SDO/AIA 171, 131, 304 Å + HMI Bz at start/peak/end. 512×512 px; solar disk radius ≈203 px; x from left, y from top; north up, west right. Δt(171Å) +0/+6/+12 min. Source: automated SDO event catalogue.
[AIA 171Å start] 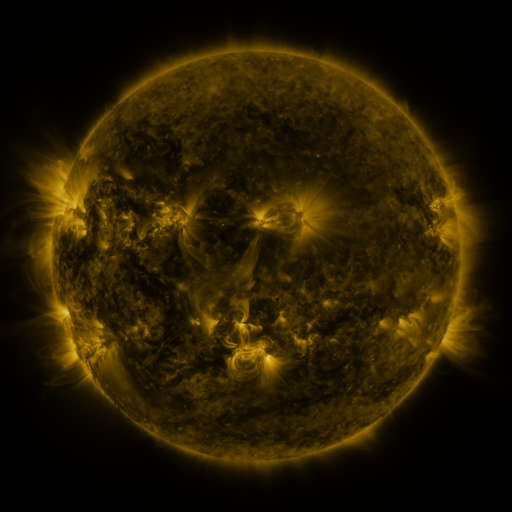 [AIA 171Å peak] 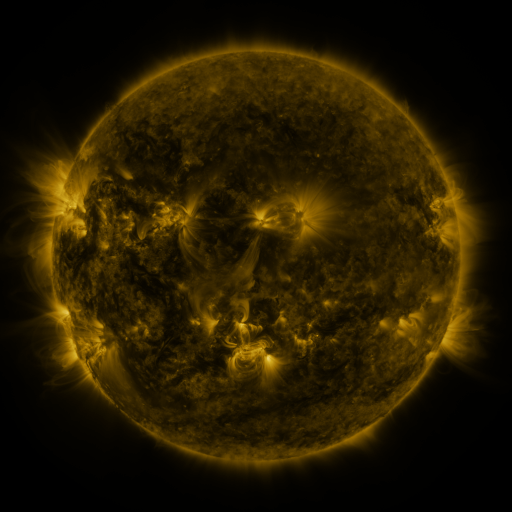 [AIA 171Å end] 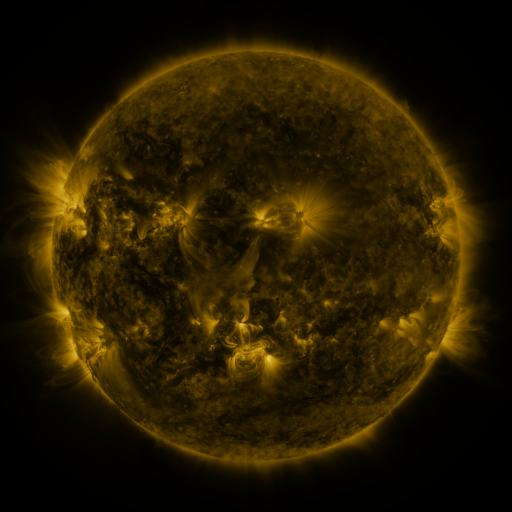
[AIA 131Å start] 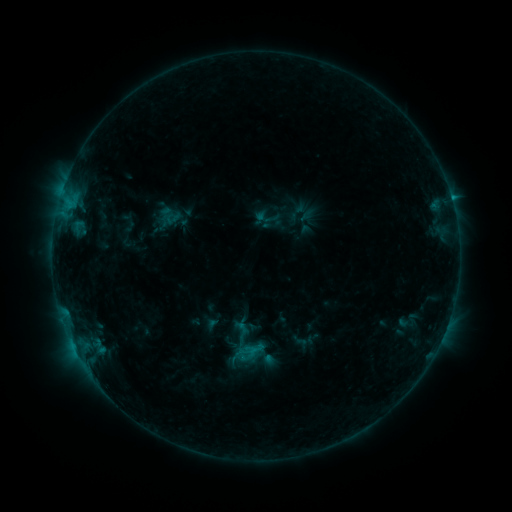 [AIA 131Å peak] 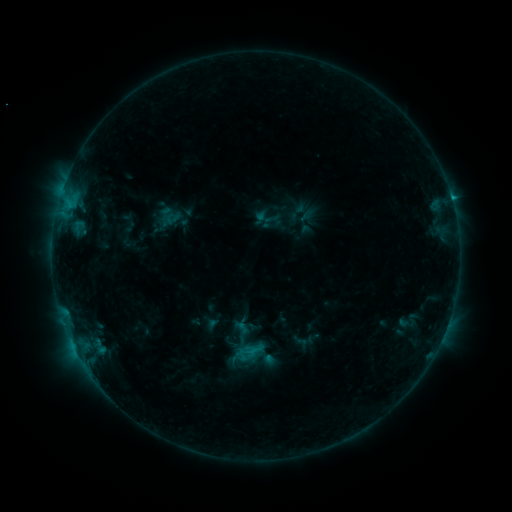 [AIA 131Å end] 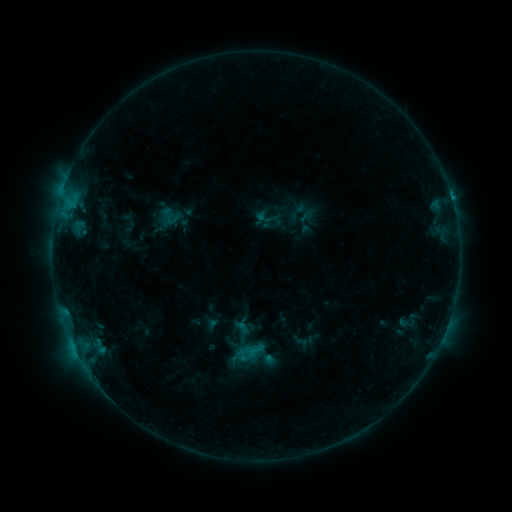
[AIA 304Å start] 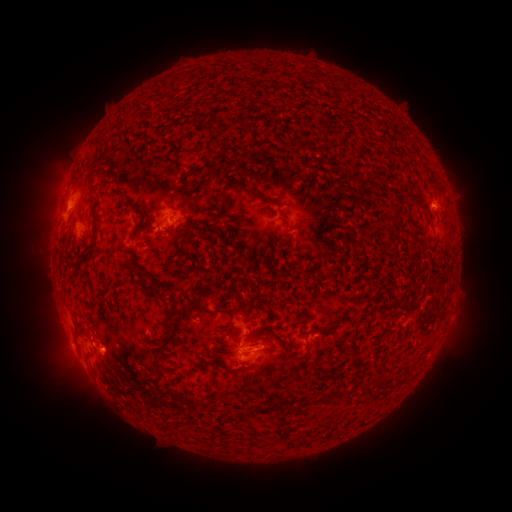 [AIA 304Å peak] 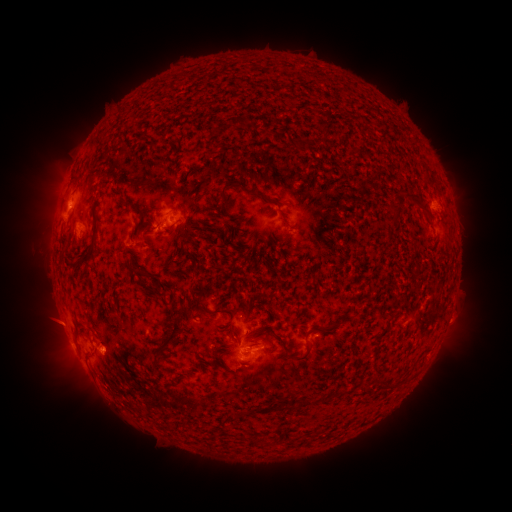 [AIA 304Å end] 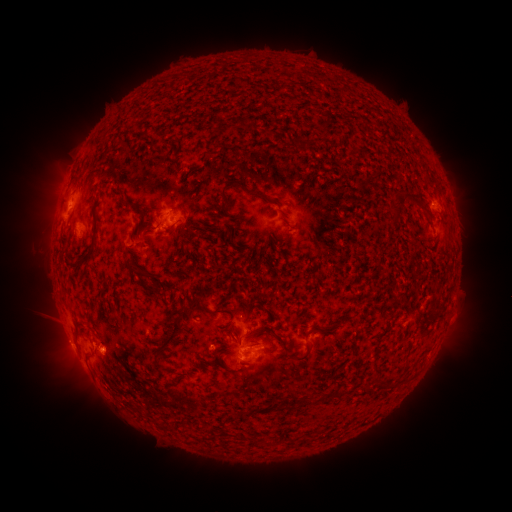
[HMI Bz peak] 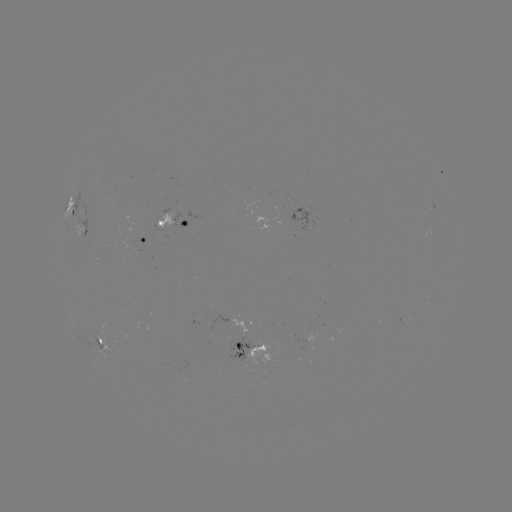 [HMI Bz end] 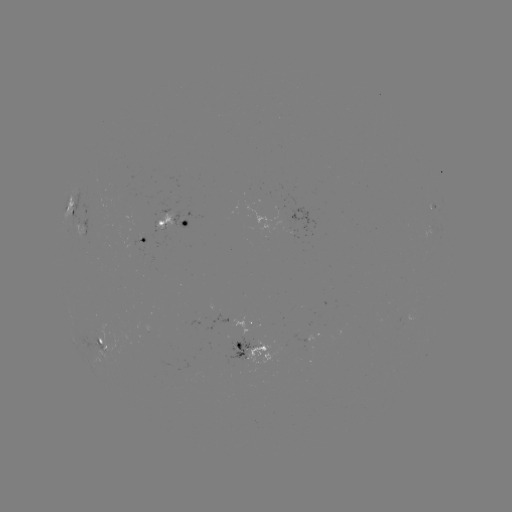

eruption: [27, 300, 77, 349]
